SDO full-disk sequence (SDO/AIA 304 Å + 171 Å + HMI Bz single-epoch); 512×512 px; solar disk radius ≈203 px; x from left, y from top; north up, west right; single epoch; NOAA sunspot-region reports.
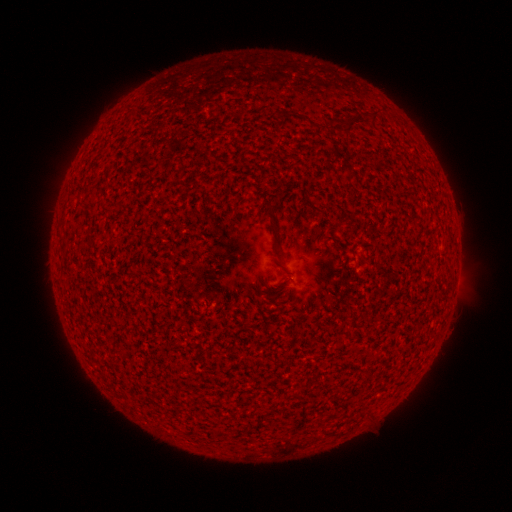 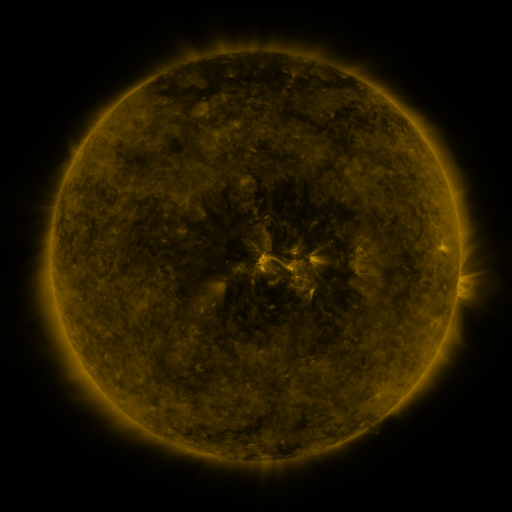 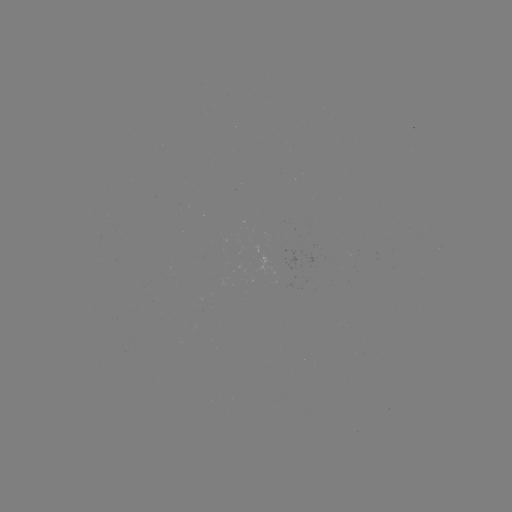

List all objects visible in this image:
(none)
